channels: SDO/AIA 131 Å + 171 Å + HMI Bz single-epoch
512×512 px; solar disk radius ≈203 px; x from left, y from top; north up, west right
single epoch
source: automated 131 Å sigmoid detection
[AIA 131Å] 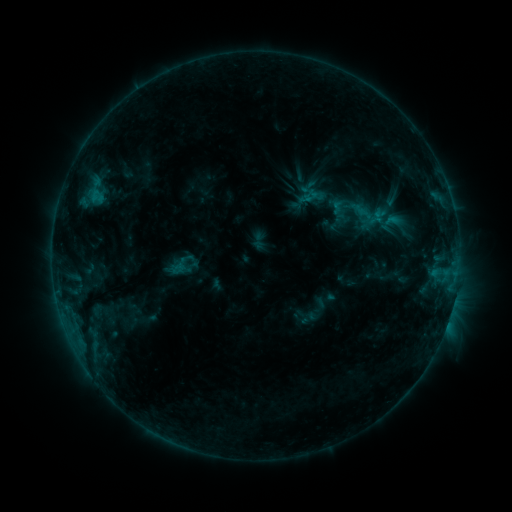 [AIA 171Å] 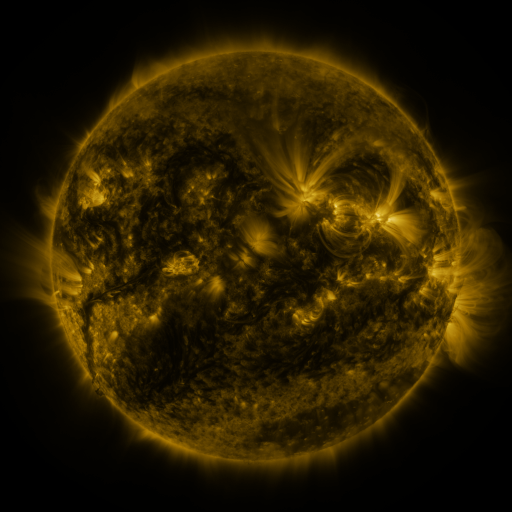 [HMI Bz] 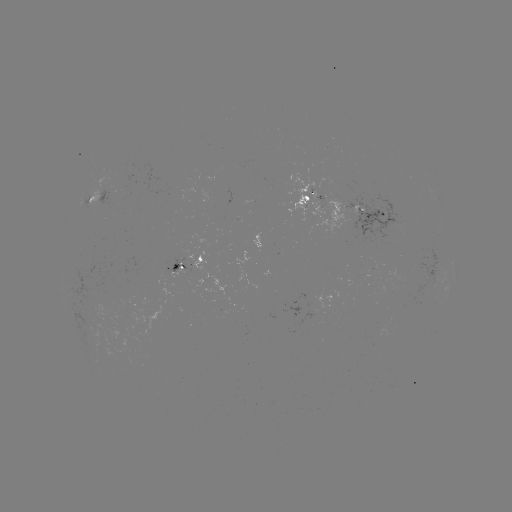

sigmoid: <bbox>167, 252, 196, 277</bbox>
